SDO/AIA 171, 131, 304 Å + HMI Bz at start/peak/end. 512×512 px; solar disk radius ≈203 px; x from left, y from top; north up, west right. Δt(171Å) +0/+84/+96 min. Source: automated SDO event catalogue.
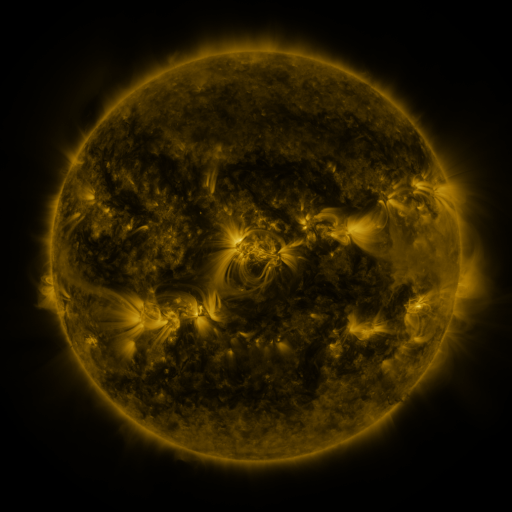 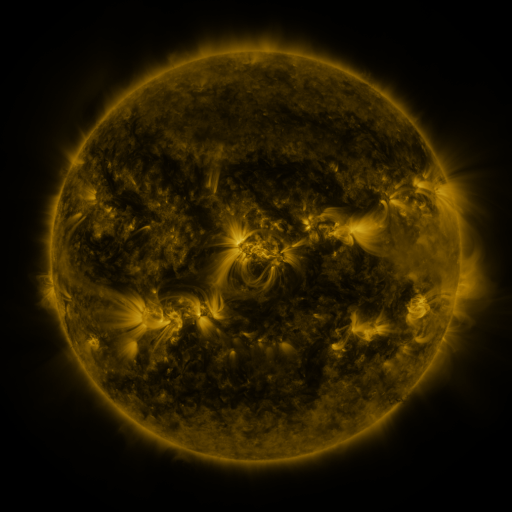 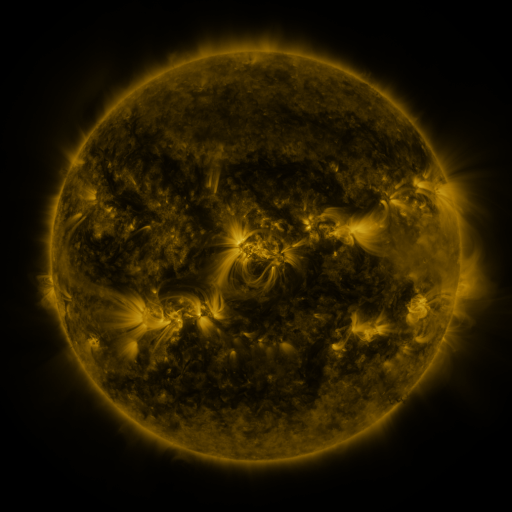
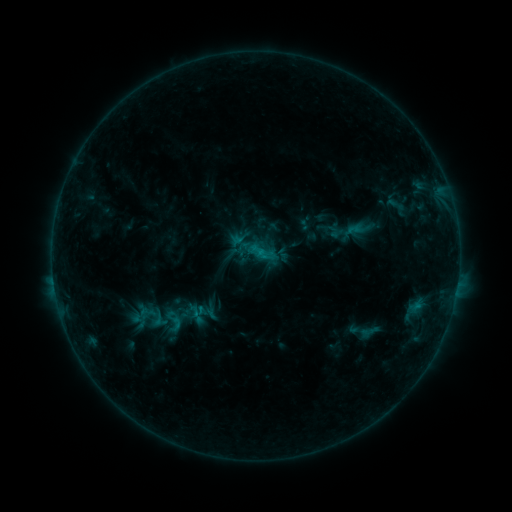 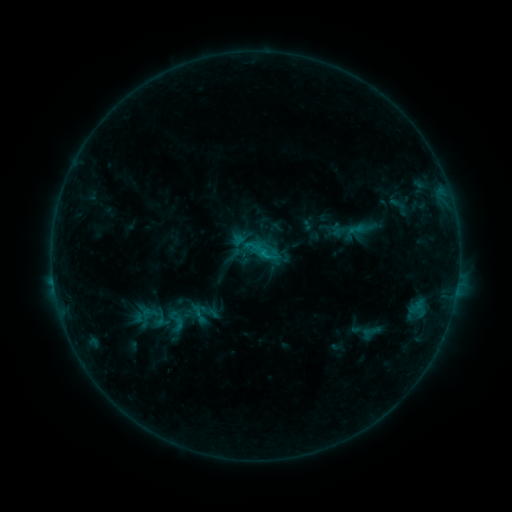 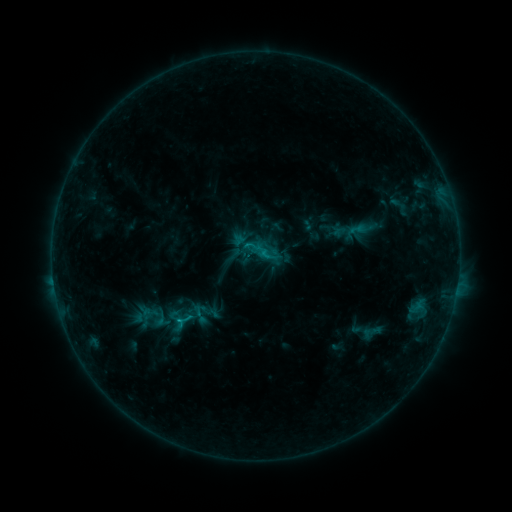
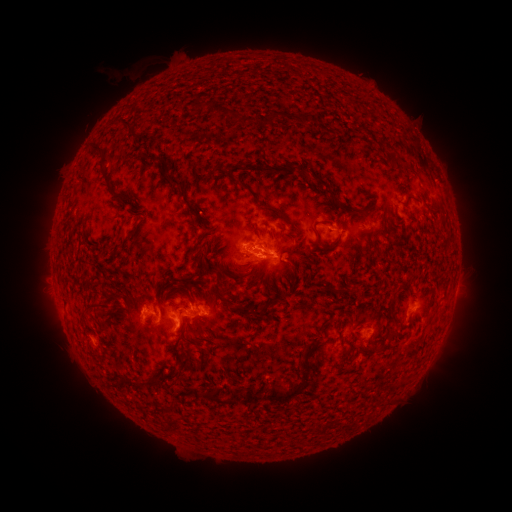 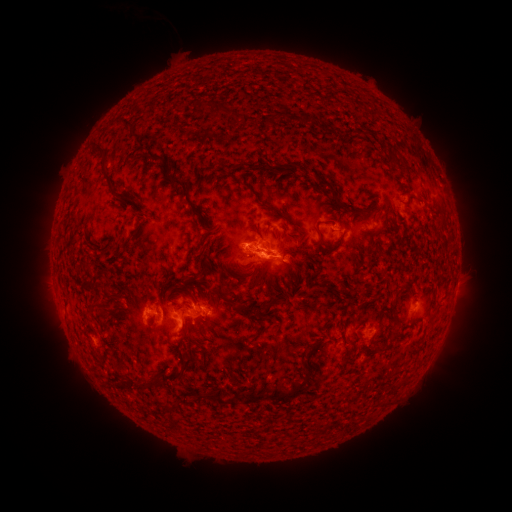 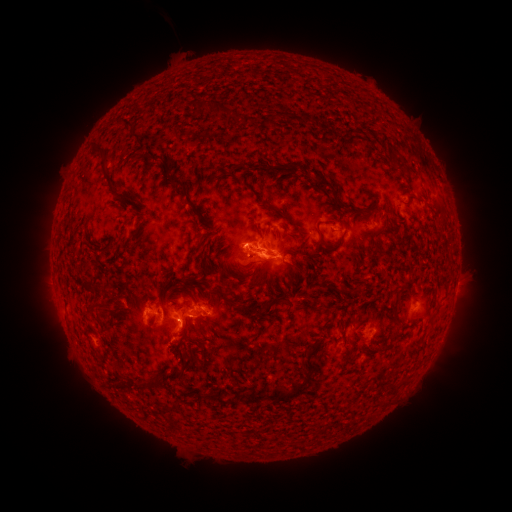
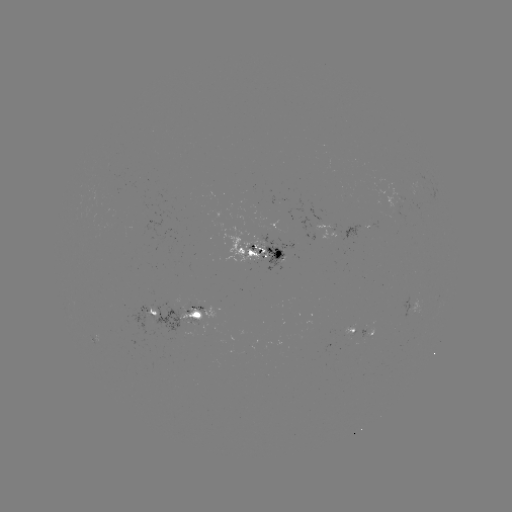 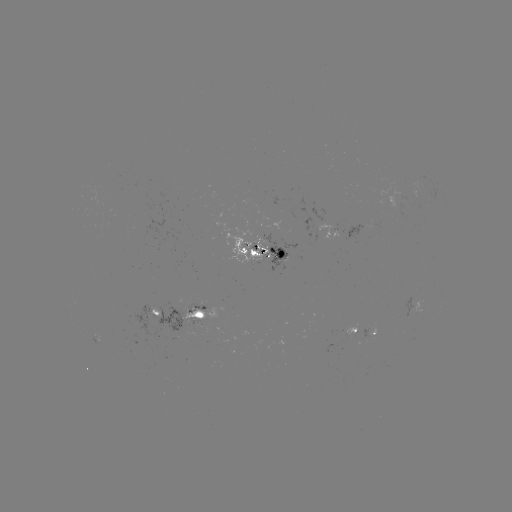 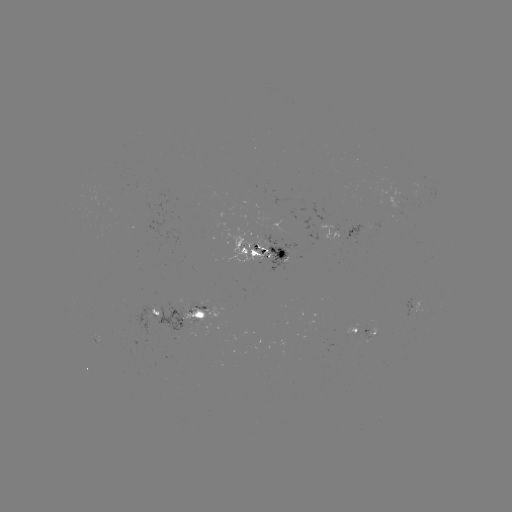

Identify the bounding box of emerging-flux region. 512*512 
[362, 329, 369, 339].